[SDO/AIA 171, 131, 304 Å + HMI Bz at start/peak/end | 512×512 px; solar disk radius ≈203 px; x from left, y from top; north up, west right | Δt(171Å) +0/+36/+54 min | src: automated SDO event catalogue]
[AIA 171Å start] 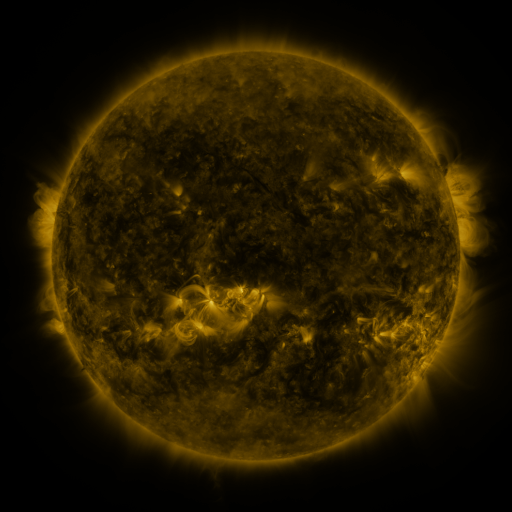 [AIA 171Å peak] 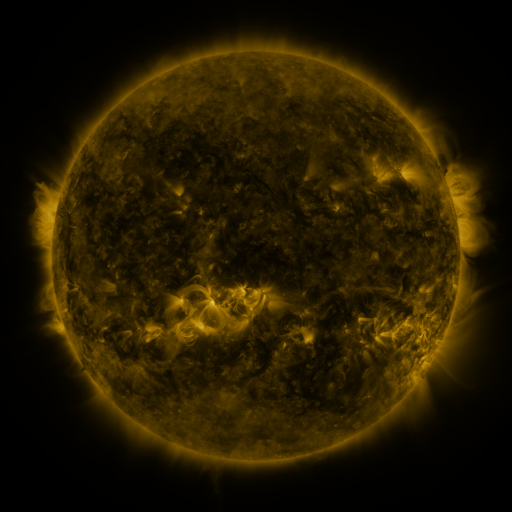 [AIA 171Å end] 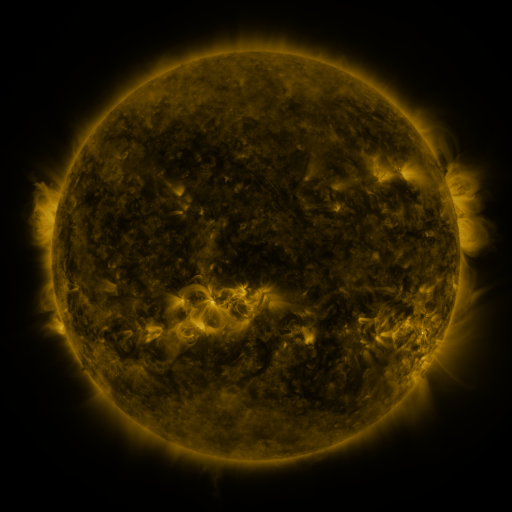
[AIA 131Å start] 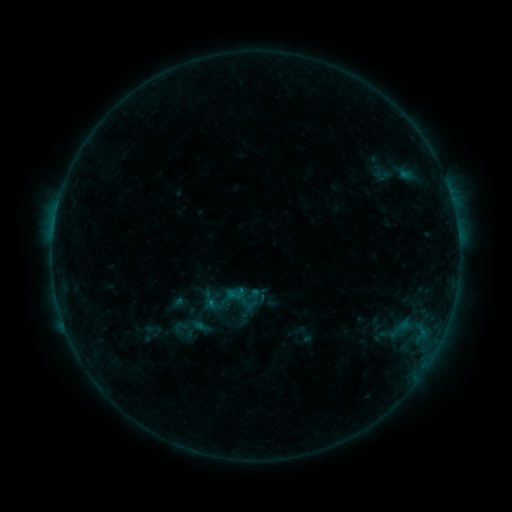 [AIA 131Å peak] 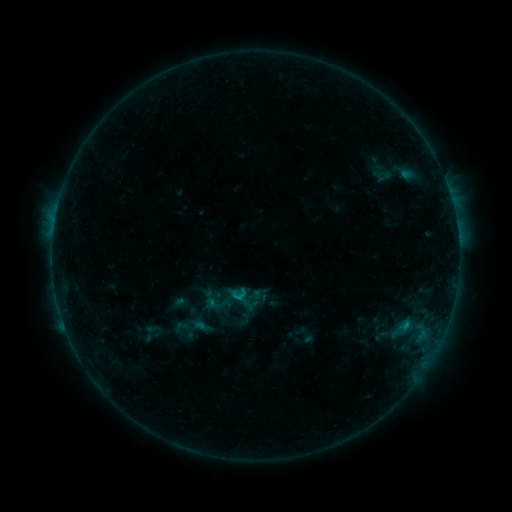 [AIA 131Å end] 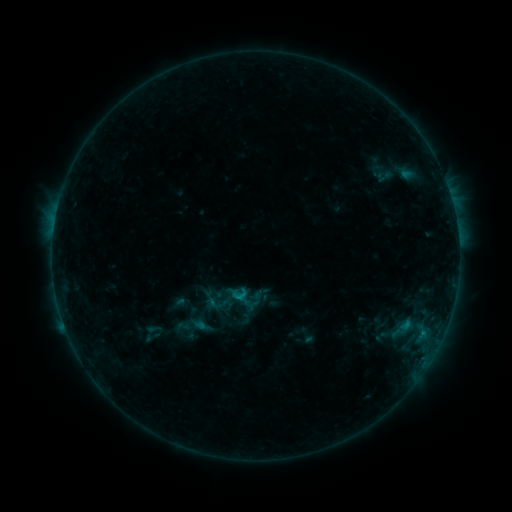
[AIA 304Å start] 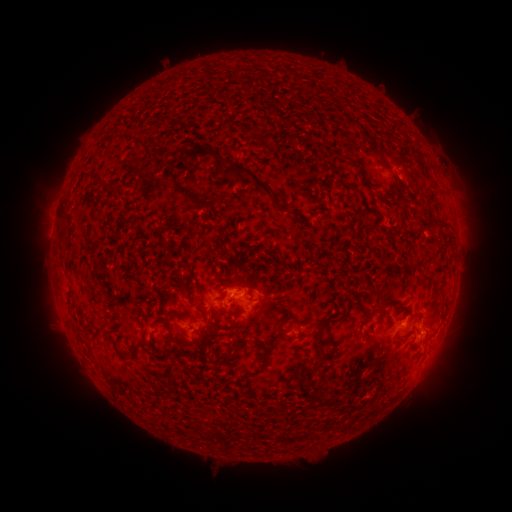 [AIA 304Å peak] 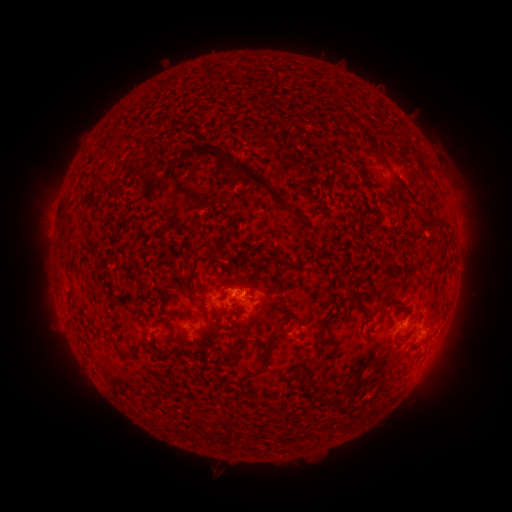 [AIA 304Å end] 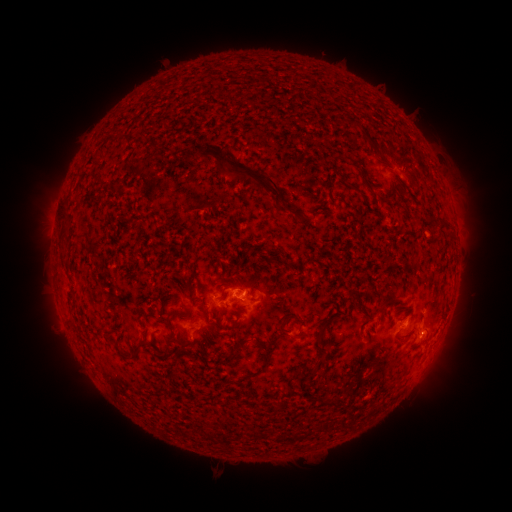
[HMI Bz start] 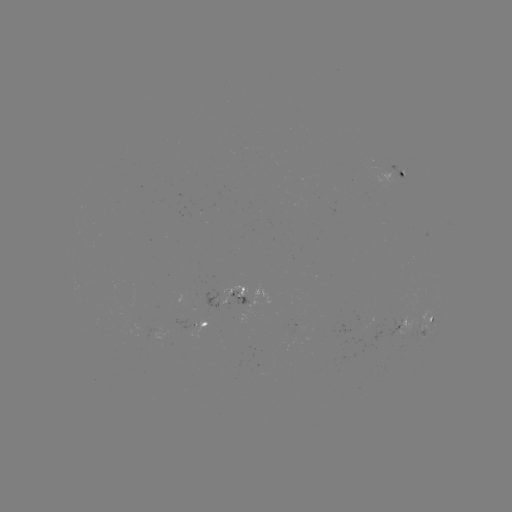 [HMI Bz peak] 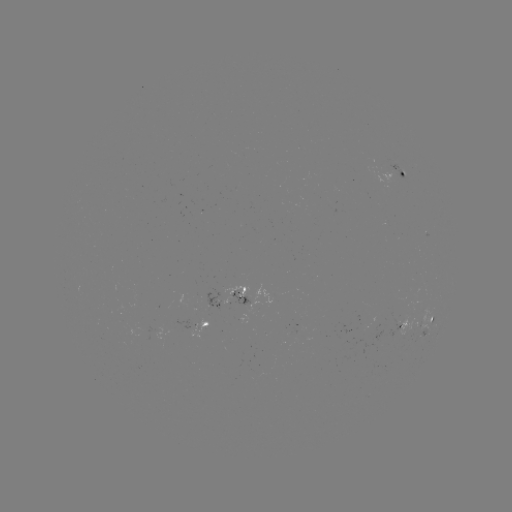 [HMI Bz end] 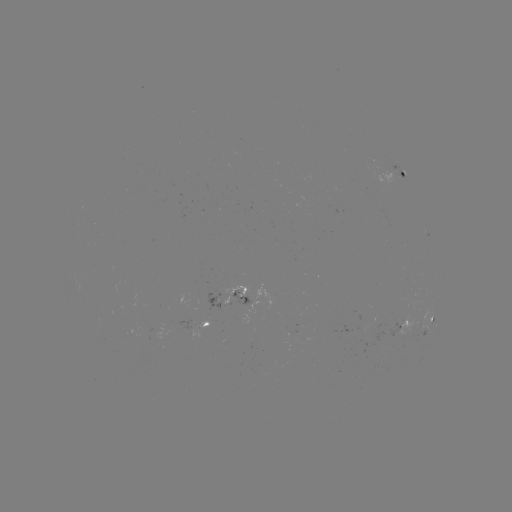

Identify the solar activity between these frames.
B6.7 flare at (238, 297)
